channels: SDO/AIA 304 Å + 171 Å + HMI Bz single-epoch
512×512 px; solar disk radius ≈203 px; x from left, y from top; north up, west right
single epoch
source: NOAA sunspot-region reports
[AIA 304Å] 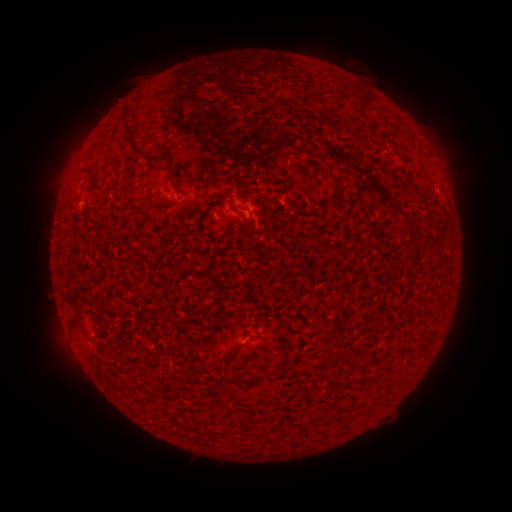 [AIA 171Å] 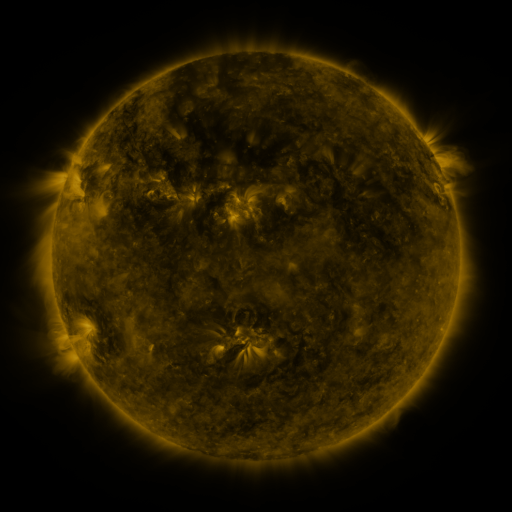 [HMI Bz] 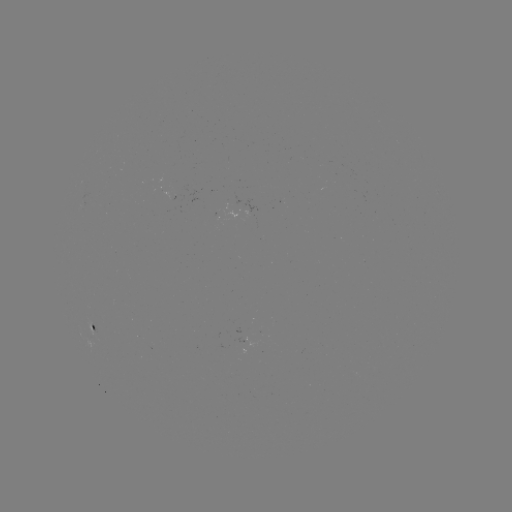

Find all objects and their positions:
spotted active region: (90, 326)
